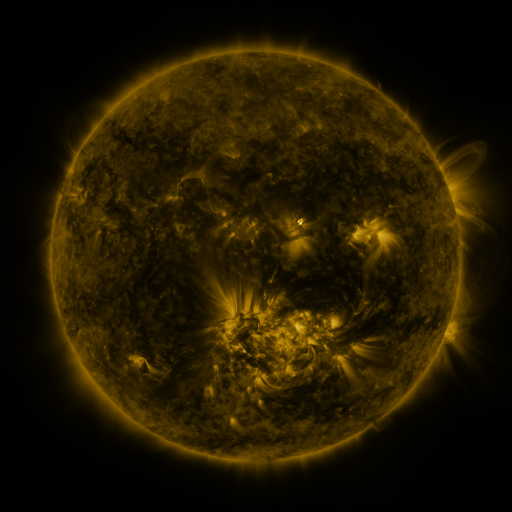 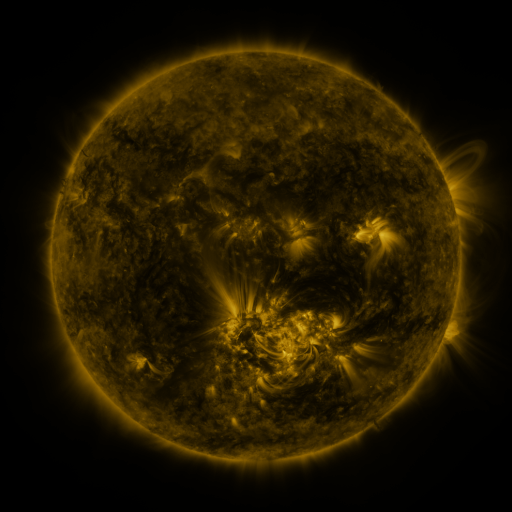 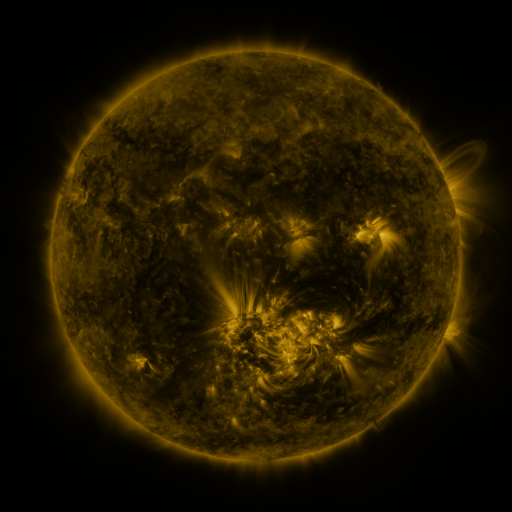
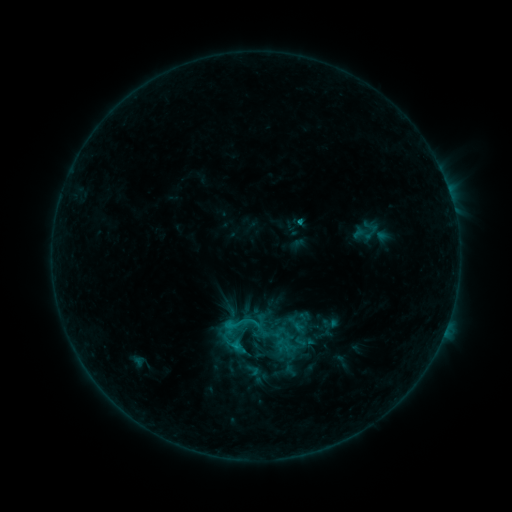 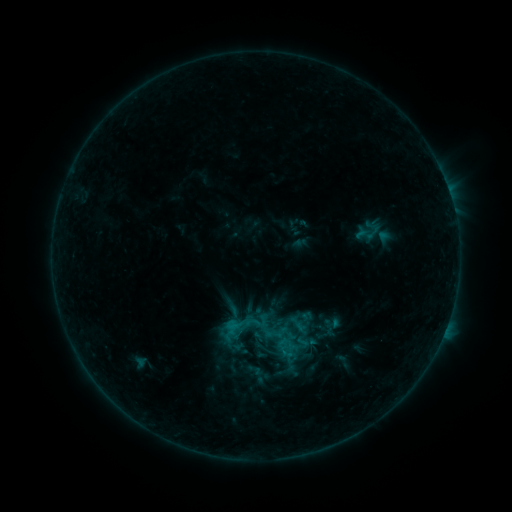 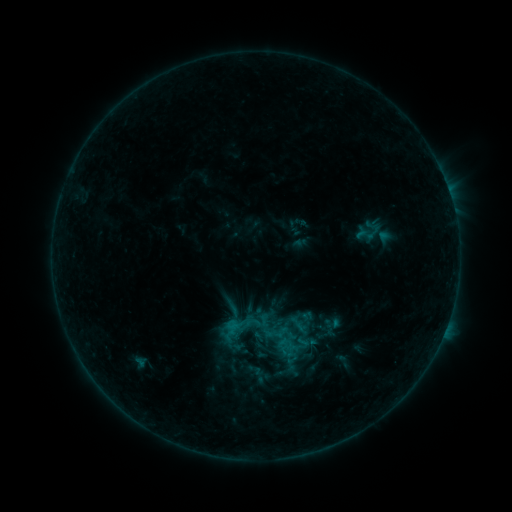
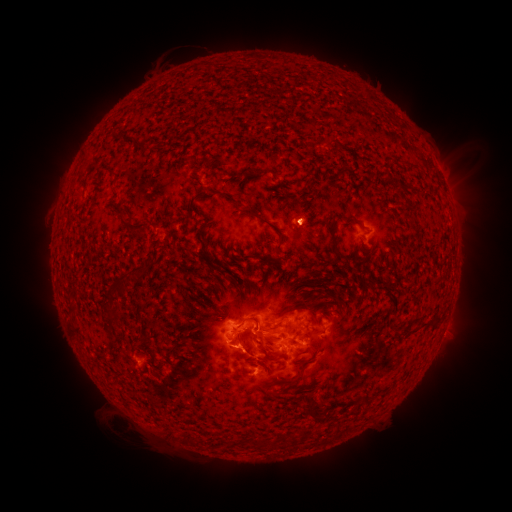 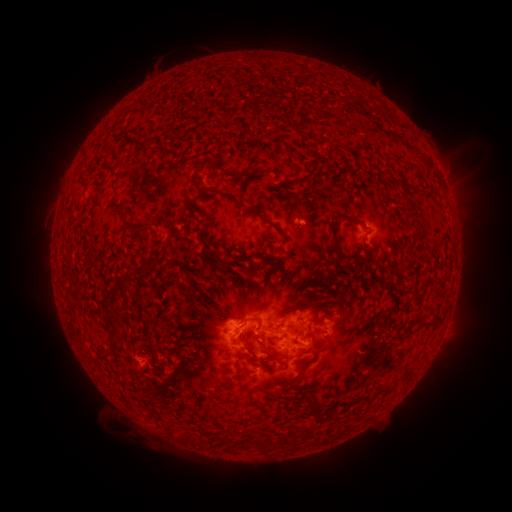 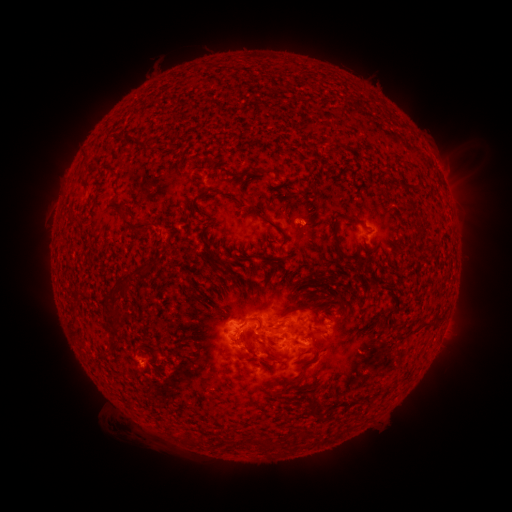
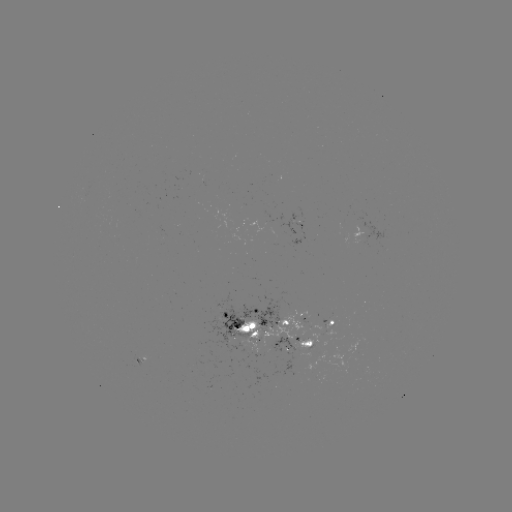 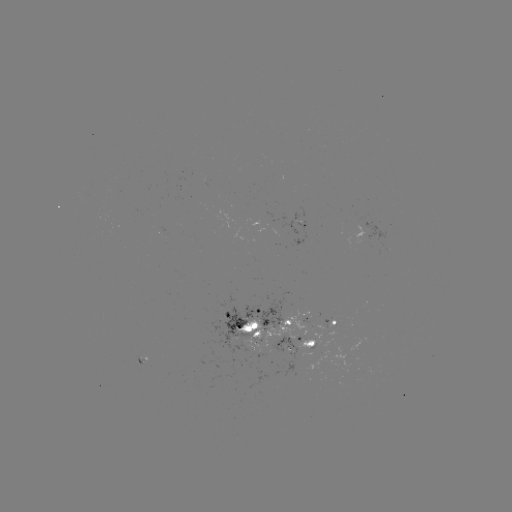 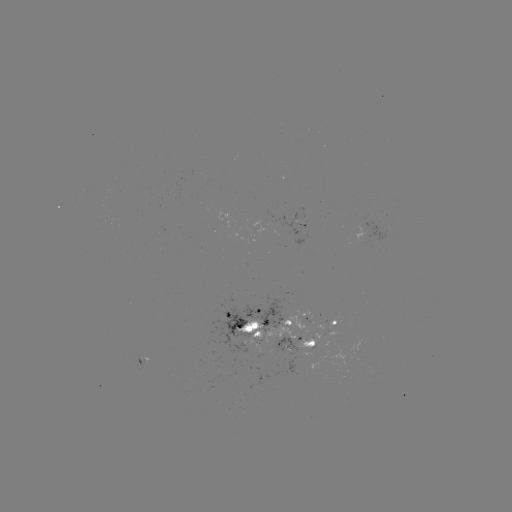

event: emerging-flux region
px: (301, 226)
